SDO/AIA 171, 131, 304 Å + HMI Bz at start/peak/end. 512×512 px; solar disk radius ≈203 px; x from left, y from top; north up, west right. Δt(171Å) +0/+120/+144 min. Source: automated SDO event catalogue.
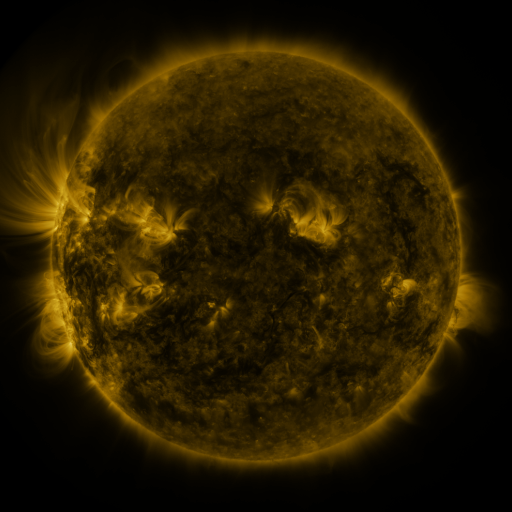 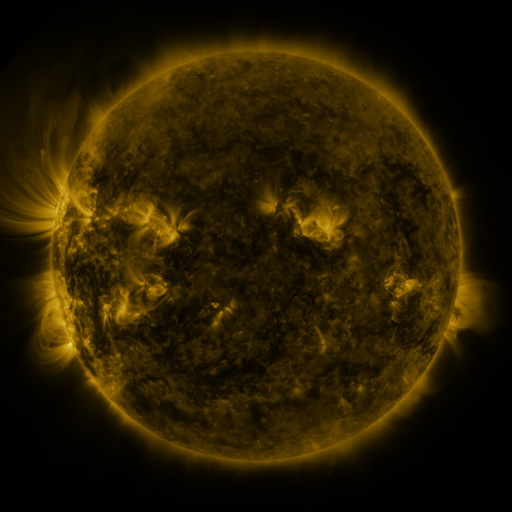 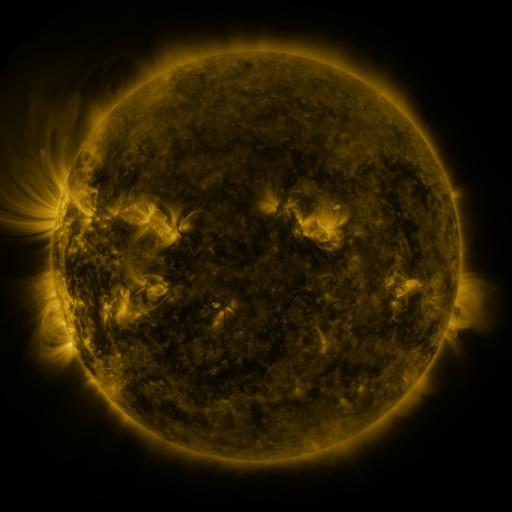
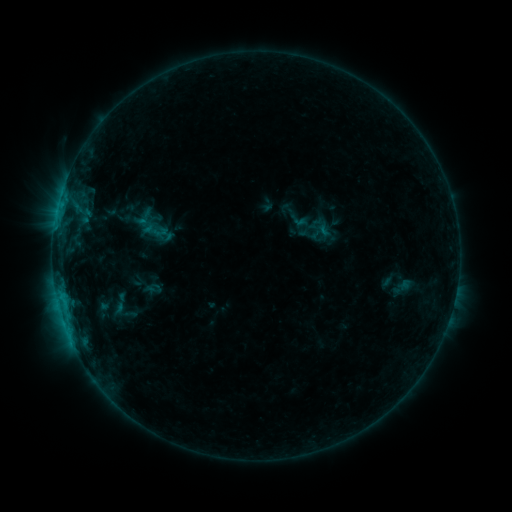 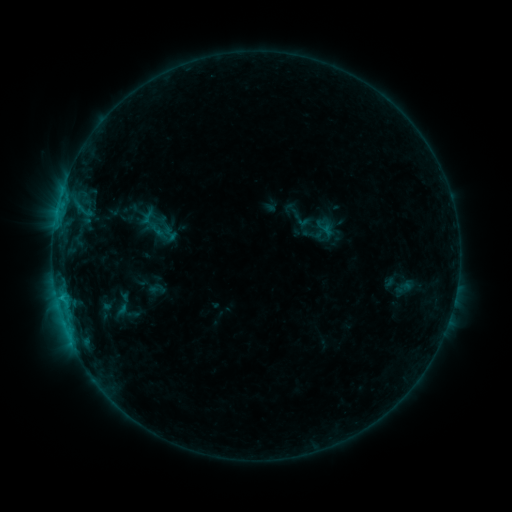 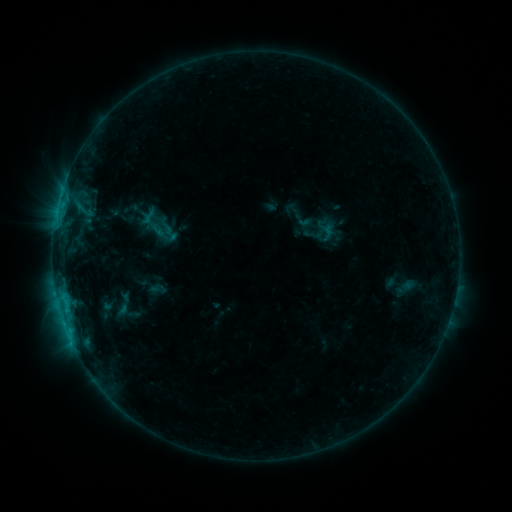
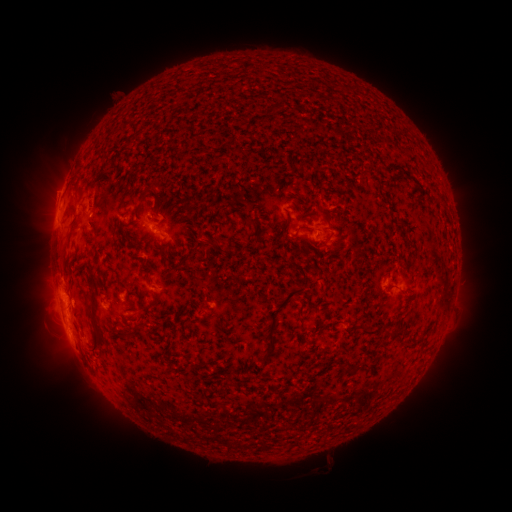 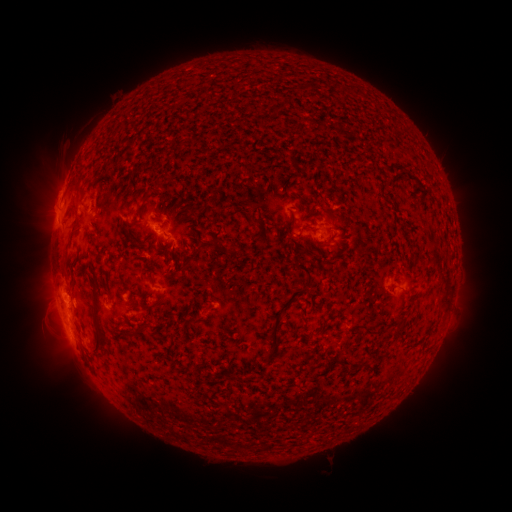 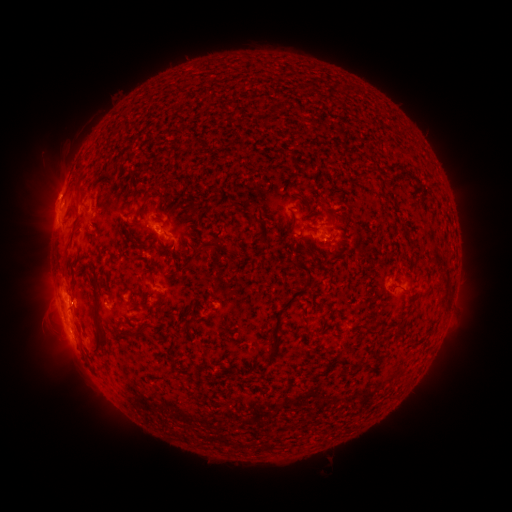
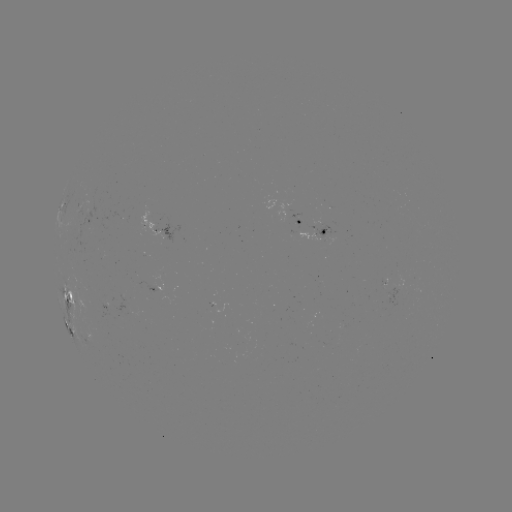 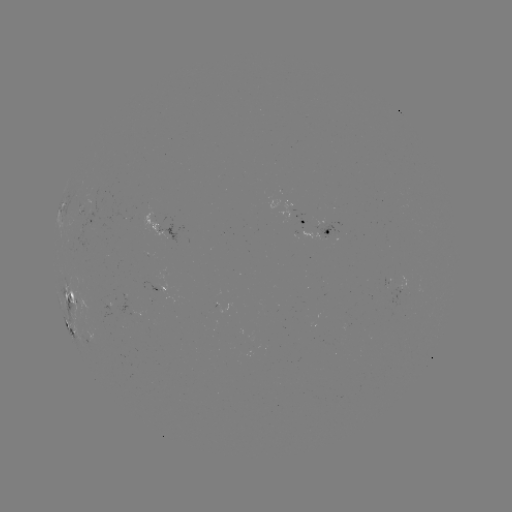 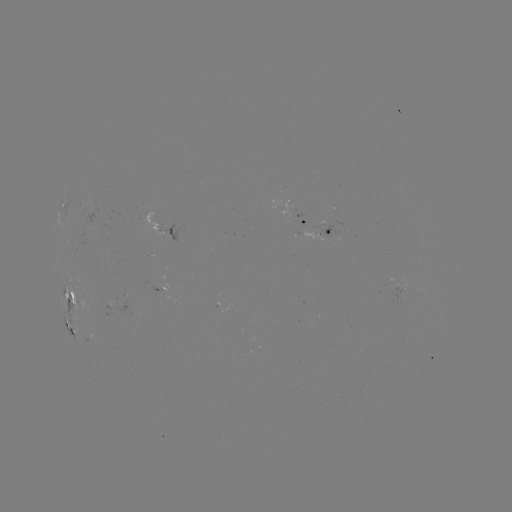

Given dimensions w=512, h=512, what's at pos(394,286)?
emerging-flux region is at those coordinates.